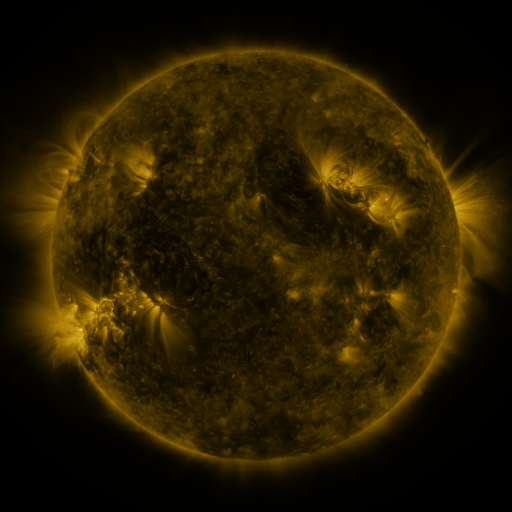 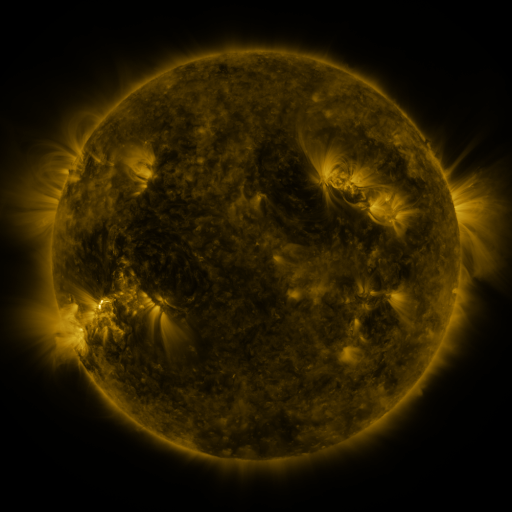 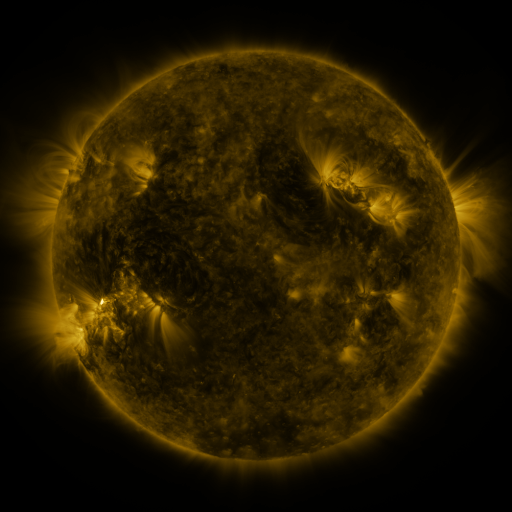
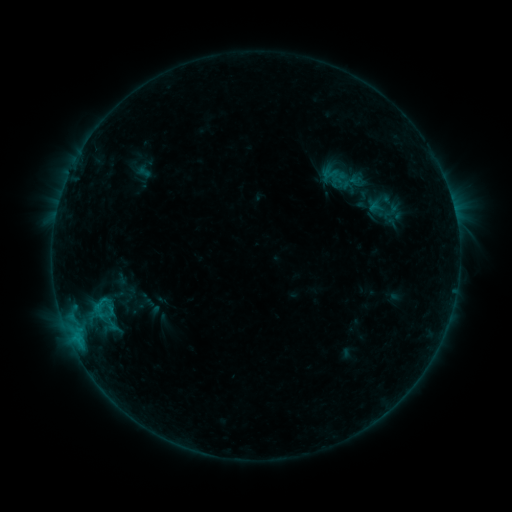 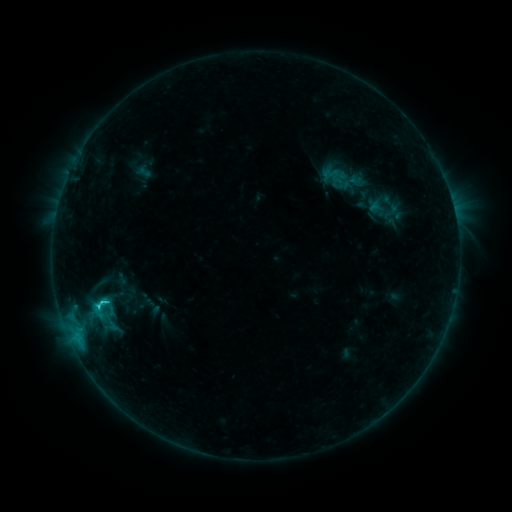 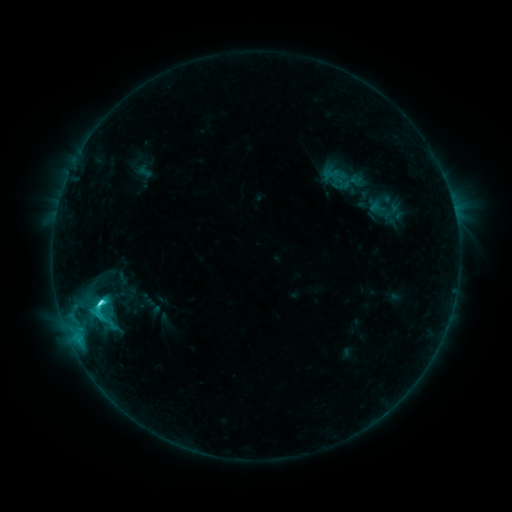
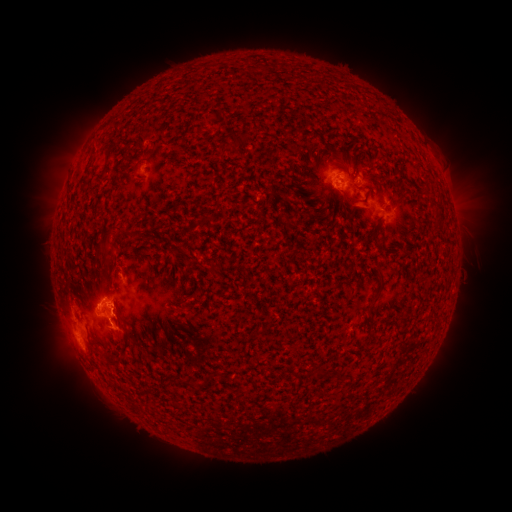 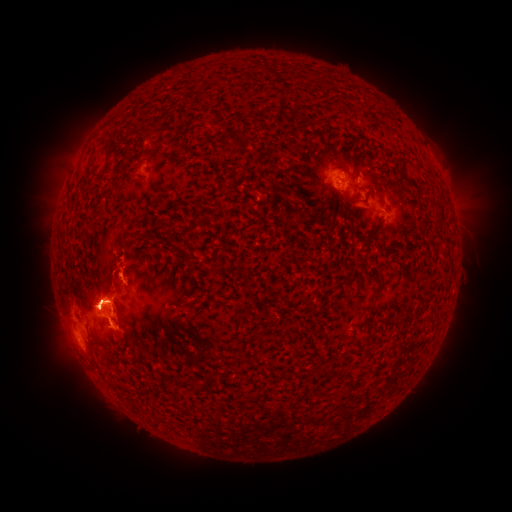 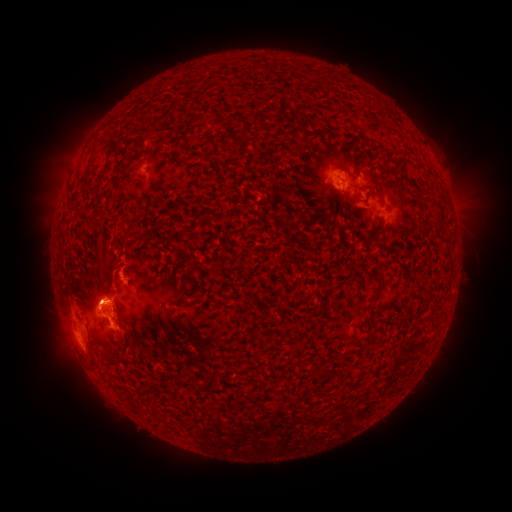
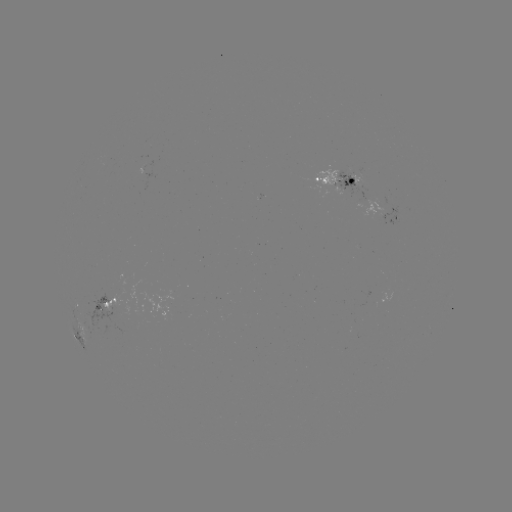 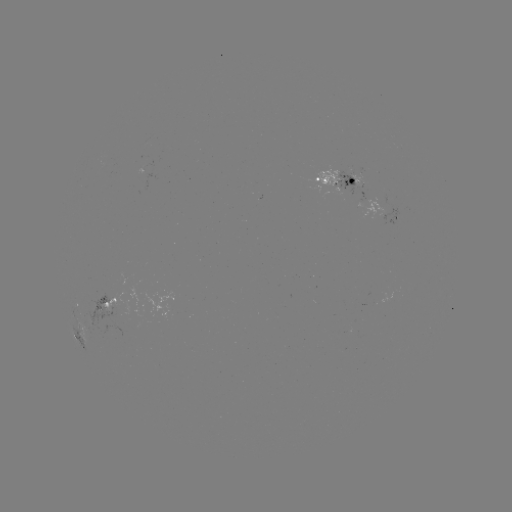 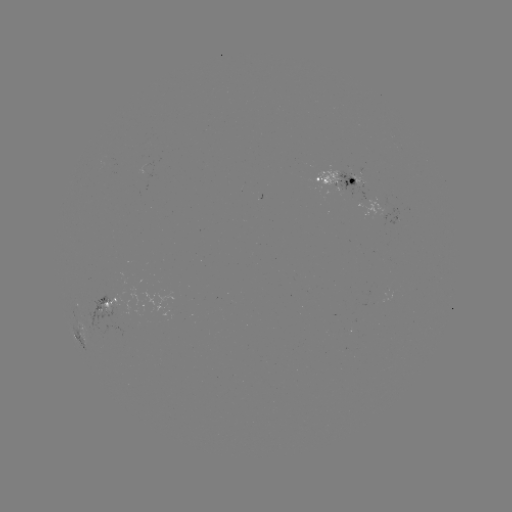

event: flare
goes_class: C8.5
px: (103, 300)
